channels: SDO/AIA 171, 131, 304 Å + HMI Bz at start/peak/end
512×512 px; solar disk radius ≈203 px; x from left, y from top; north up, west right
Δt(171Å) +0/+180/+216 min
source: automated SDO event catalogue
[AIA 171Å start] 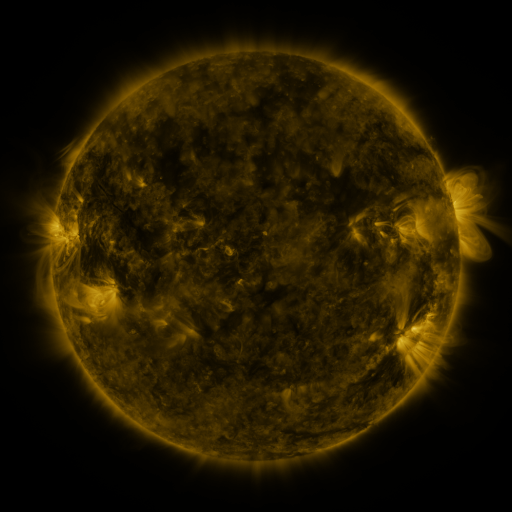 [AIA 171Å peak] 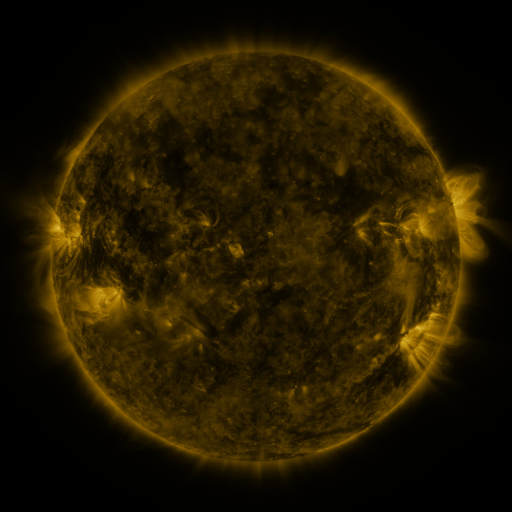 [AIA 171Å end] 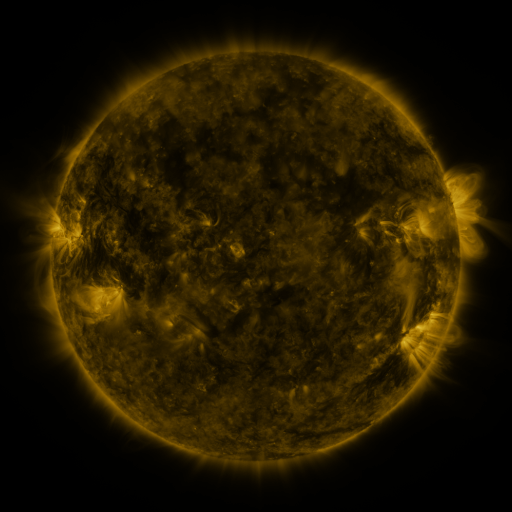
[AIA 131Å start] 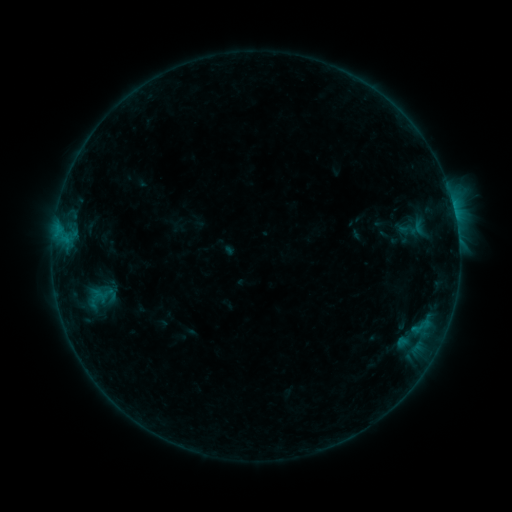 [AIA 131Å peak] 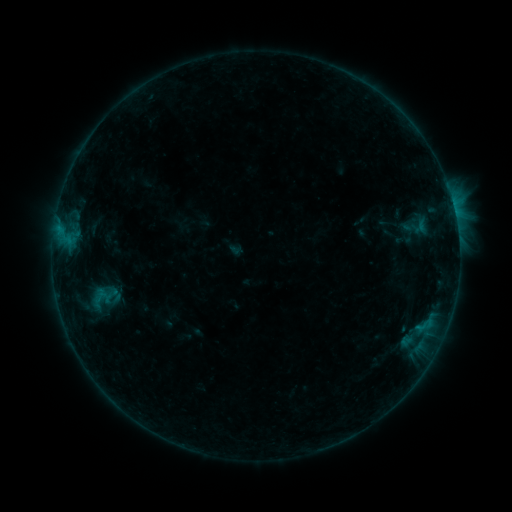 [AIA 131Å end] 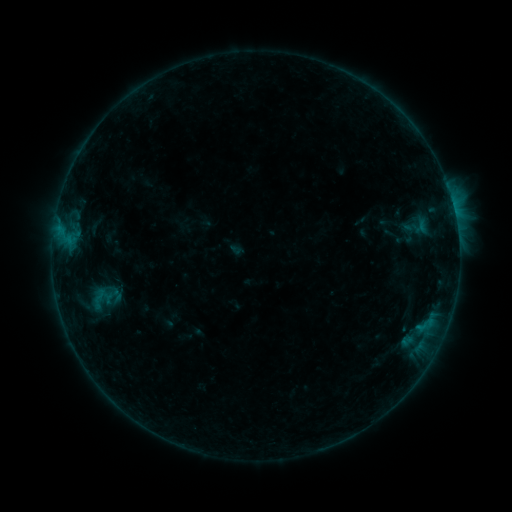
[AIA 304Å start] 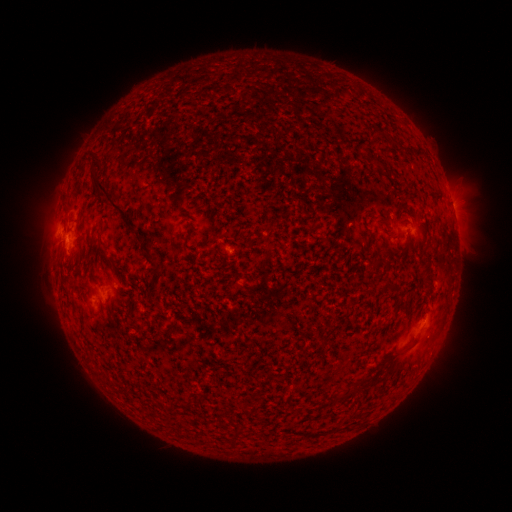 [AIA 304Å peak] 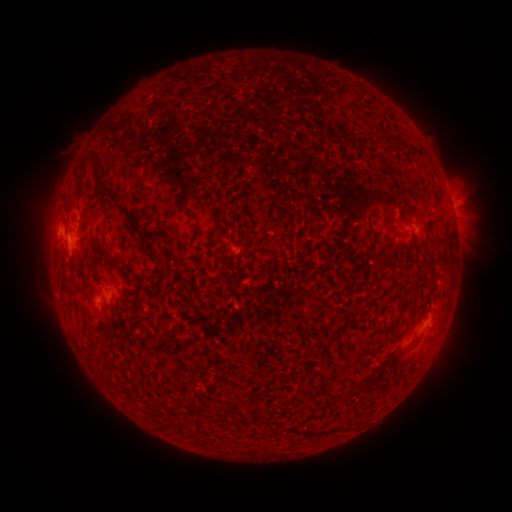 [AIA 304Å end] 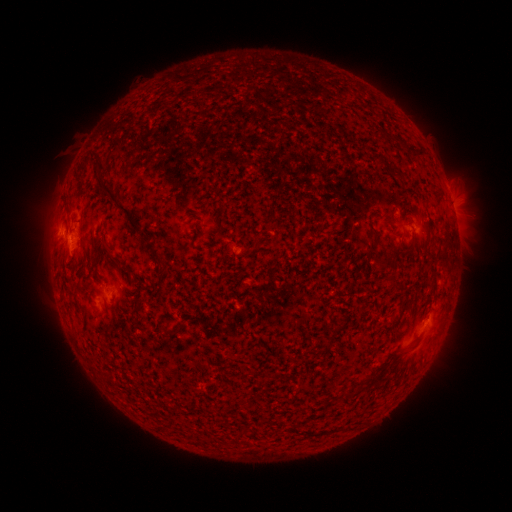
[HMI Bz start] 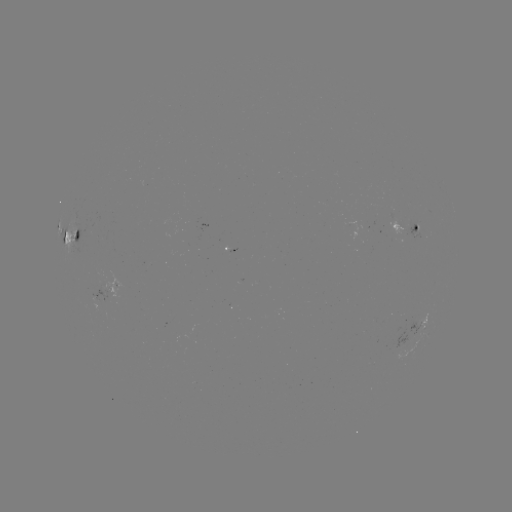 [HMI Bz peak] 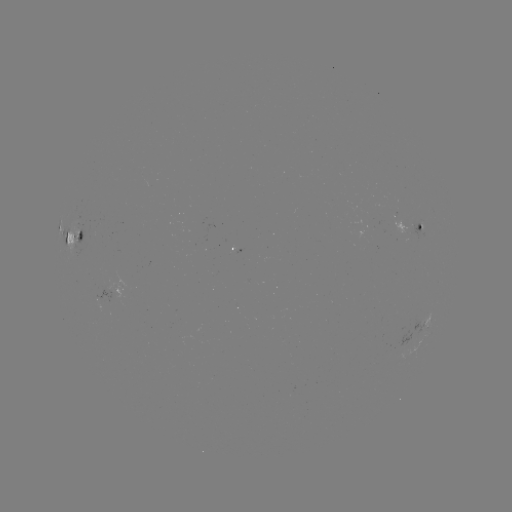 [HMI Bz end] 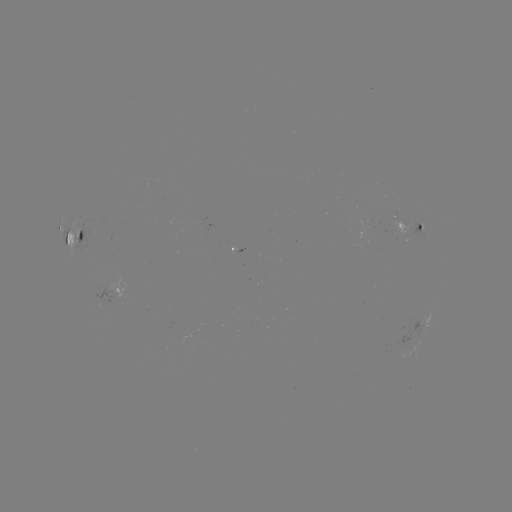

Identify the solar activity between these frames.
emerging-flux region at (100, 284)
